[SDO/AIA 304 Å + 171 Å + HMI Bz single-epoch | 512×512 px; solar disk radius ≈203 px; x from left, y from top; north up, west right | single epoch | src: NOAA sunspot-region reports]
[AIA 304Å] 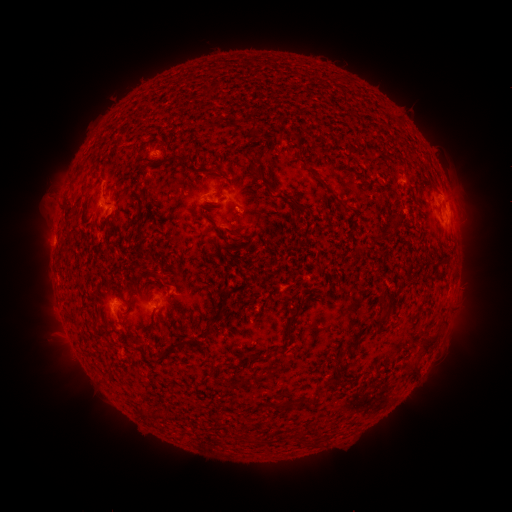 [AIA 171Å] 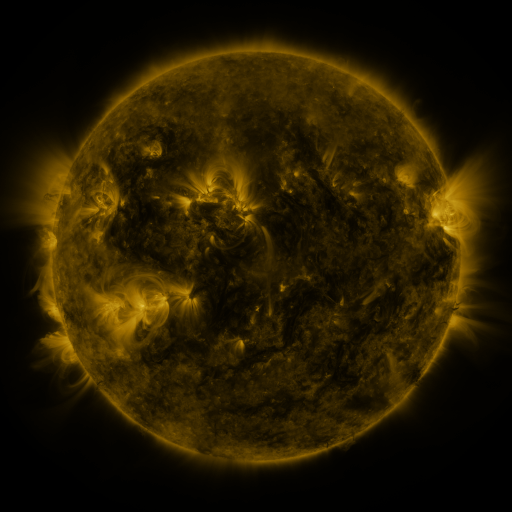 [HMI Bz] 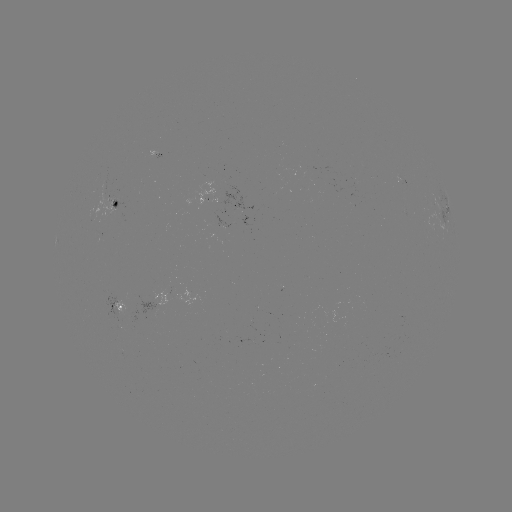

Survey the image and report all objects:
spotted active region: (119, 206)
spotted active region: (446, 207)
spotted active region: (231, 224)
spotted active region: (115, 305)
